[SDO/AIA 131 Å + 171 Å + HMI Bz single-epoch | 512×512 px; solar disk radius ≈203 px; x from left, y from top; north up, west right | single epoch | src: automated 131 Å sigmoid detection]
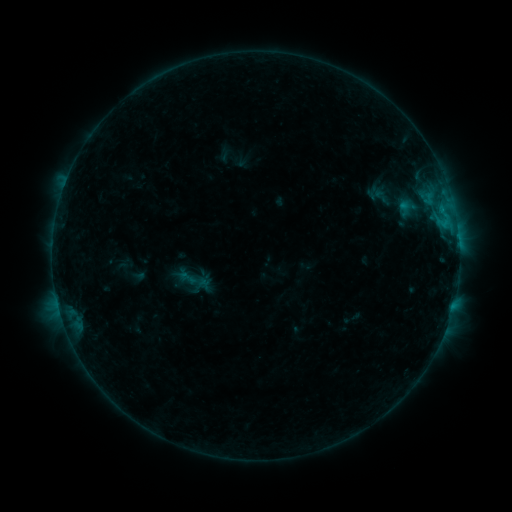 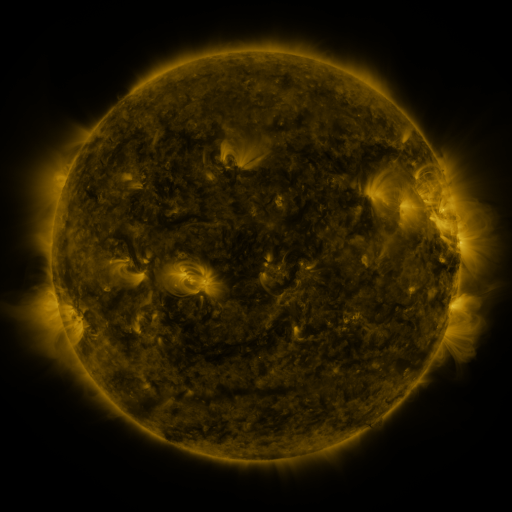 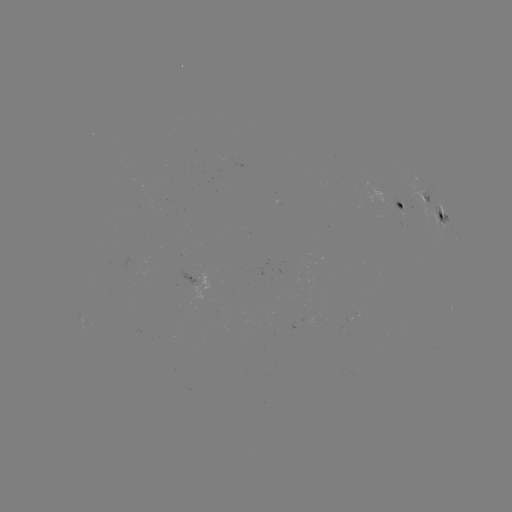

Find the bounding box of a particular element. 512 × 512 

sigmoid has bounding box [176, 267, 200, 288].